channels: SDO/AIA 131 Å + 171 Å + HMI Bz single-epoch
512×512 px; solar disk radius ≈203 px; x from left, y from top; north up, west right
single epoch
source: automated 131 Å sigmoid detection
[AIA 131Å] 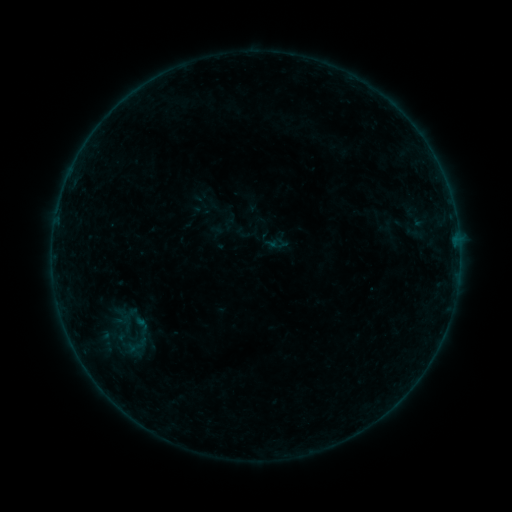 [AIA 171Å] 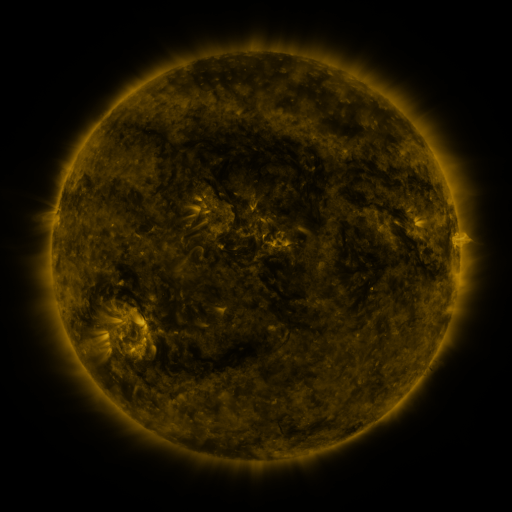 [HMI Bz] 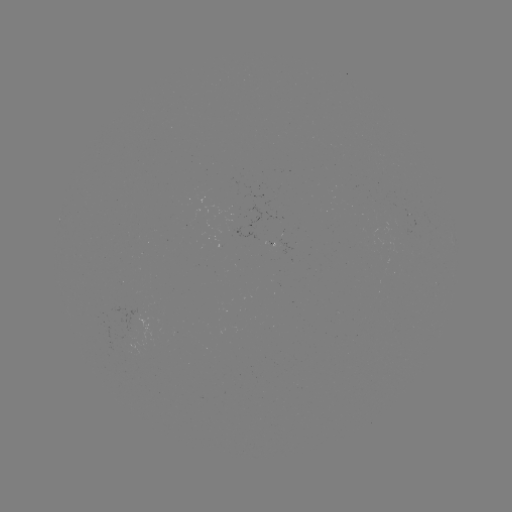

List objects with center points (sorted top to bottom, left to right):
sigmoid: [125, 313, 157, 338]
